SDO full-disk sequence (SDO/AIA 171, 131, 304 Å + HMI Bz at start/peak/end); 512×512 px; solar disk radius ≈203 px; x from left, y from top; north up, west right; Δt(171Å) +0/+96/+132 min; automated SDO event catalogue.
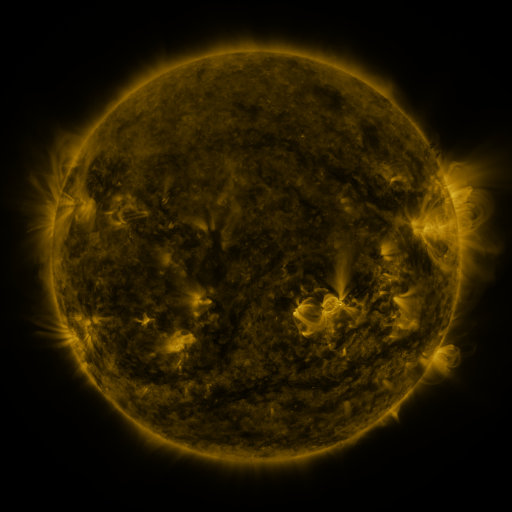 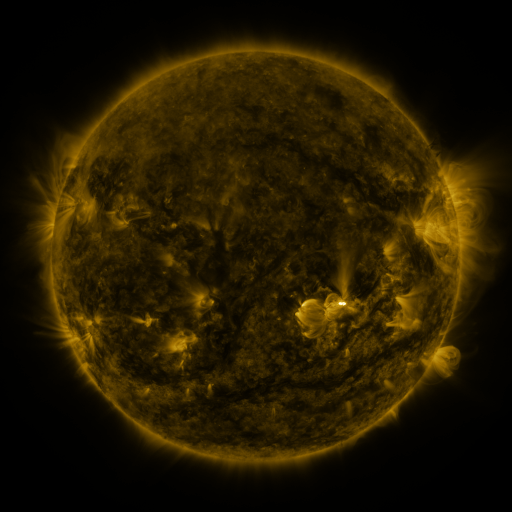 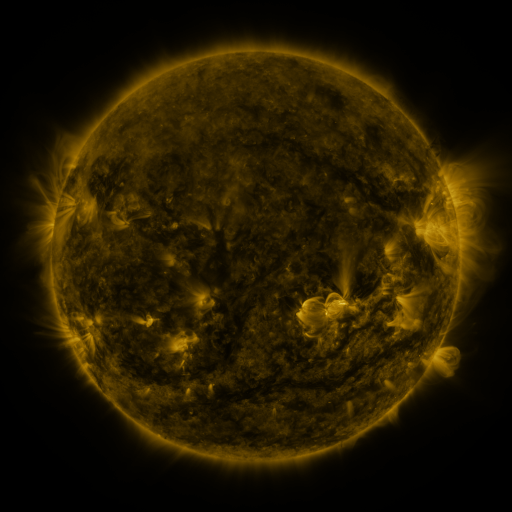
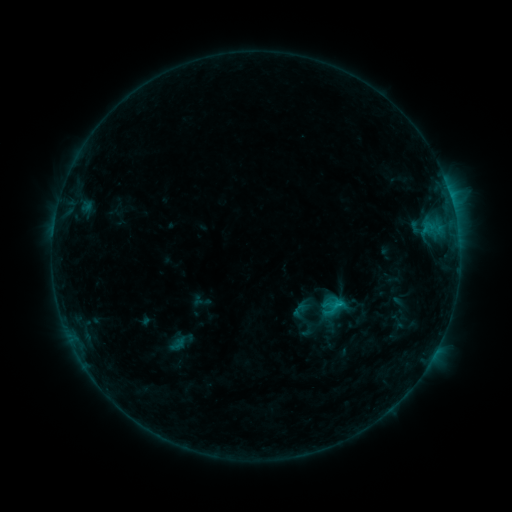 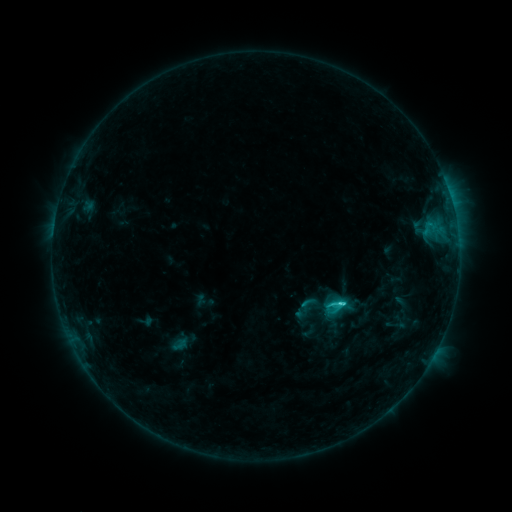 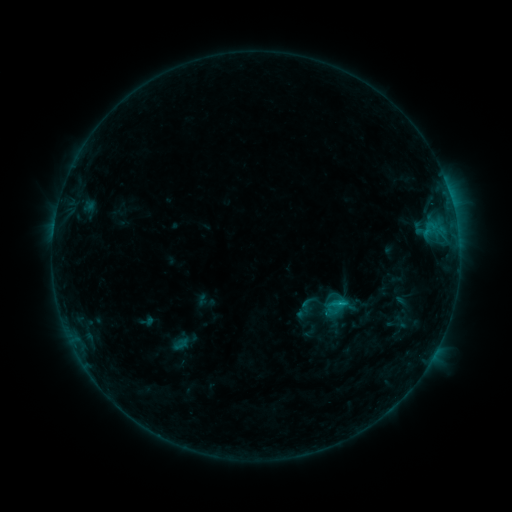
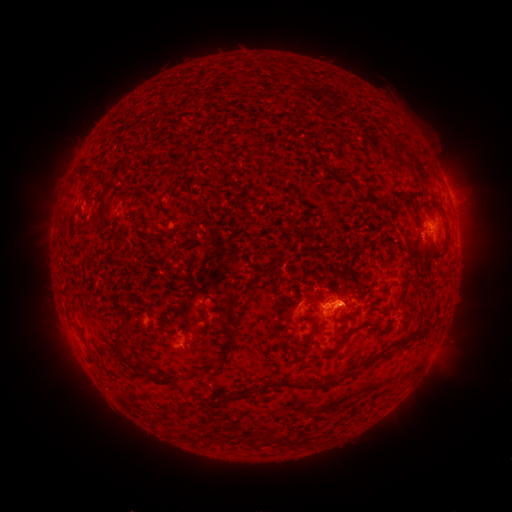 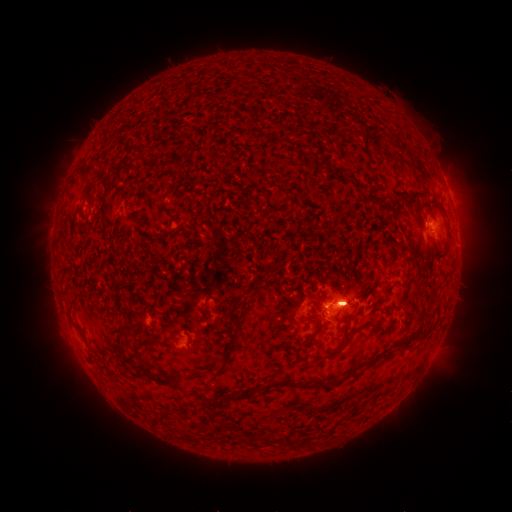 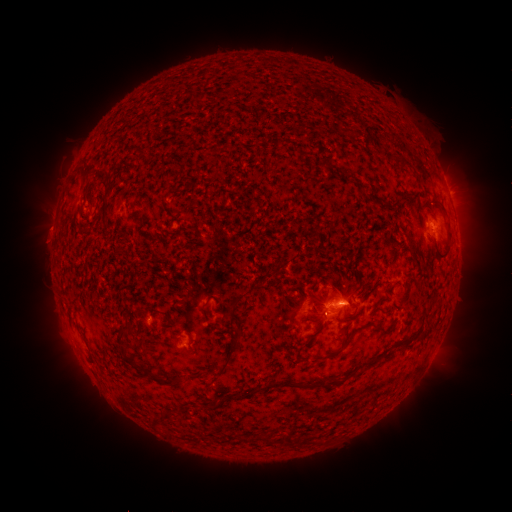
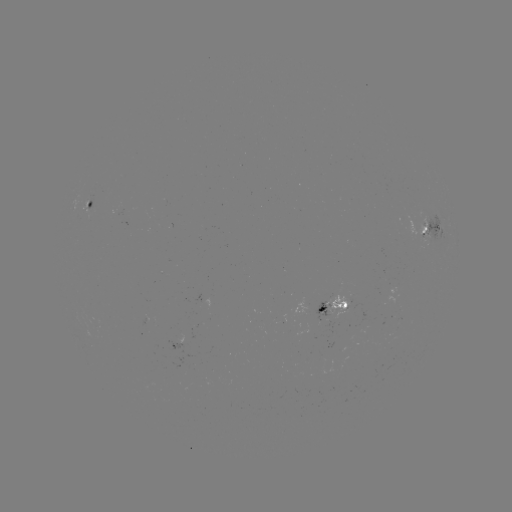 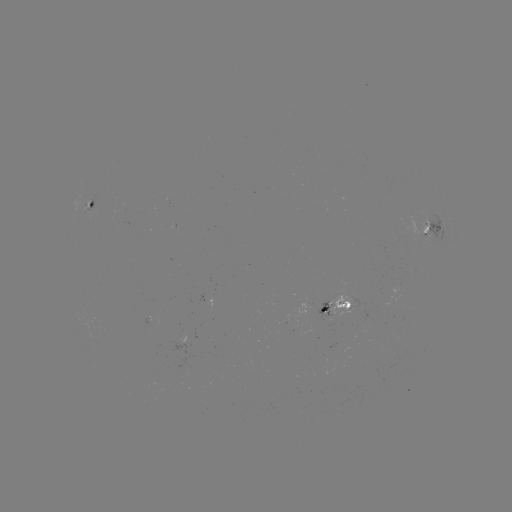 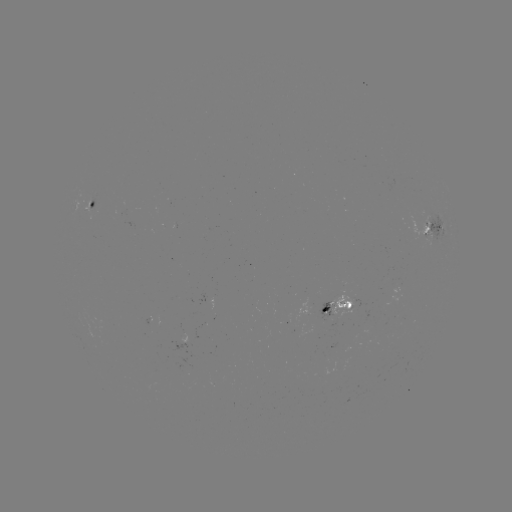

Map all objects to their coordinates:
emerging-flux region: (93, 199)
